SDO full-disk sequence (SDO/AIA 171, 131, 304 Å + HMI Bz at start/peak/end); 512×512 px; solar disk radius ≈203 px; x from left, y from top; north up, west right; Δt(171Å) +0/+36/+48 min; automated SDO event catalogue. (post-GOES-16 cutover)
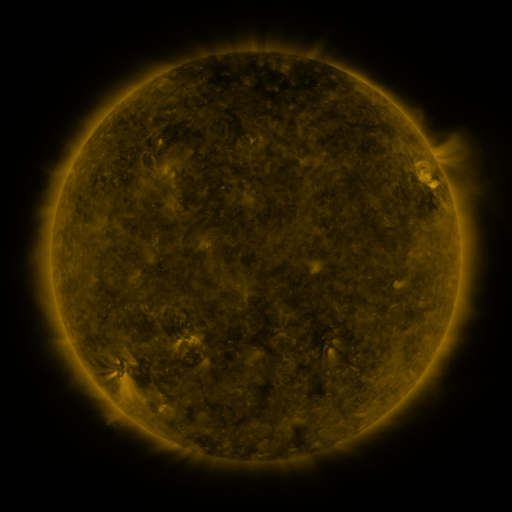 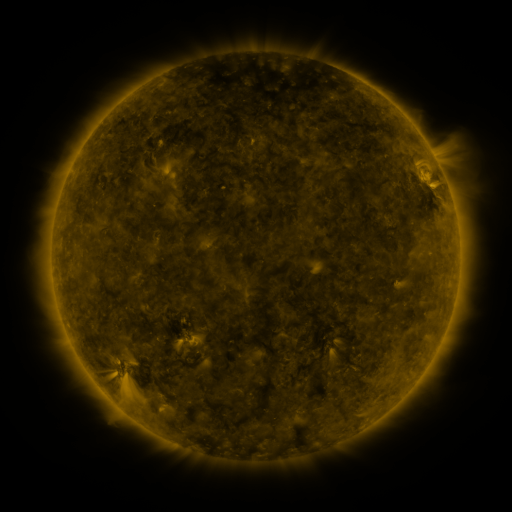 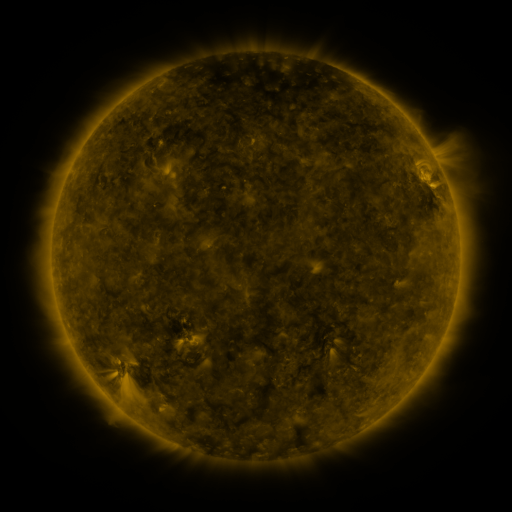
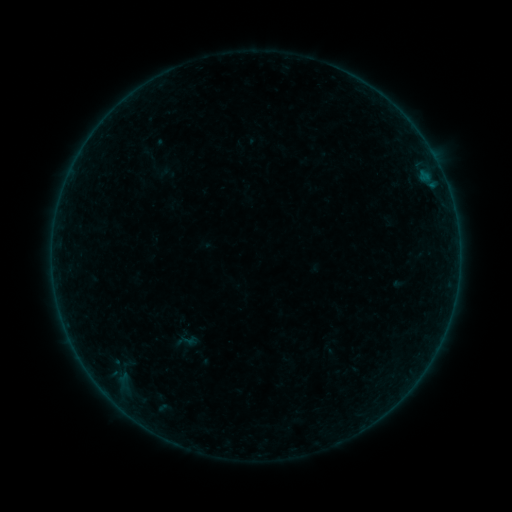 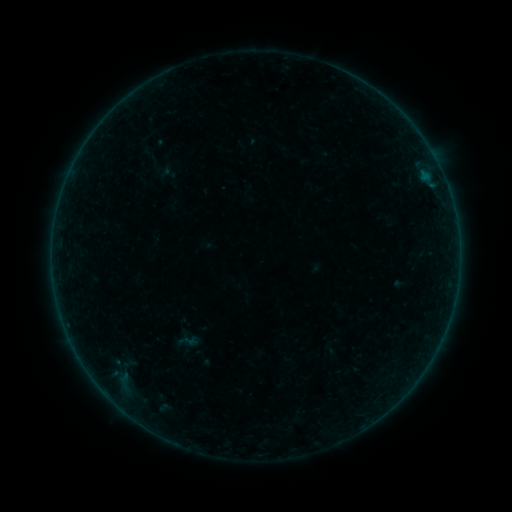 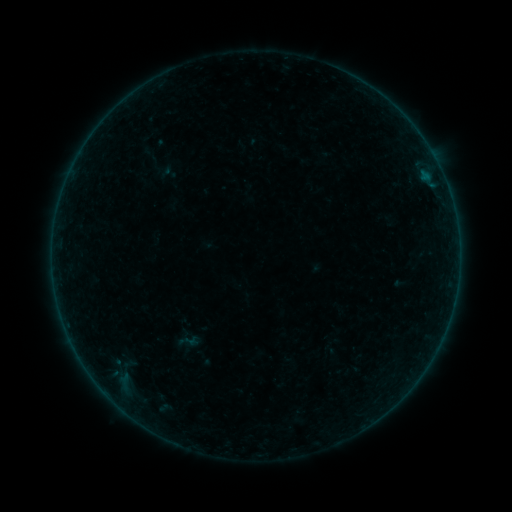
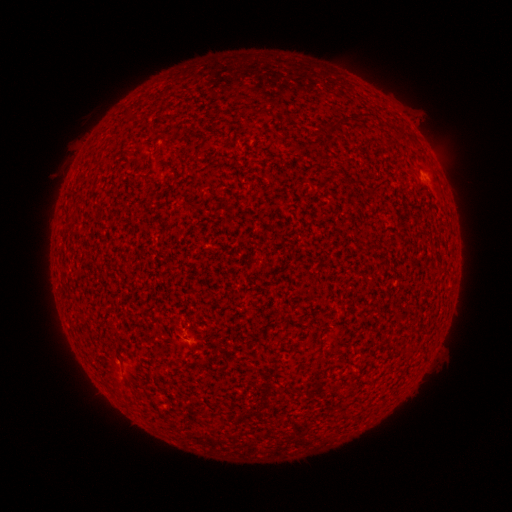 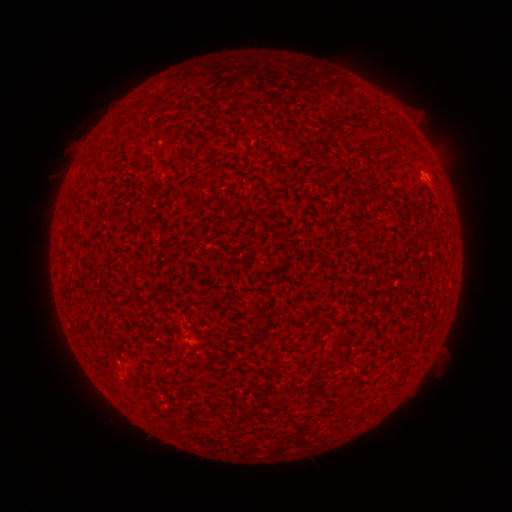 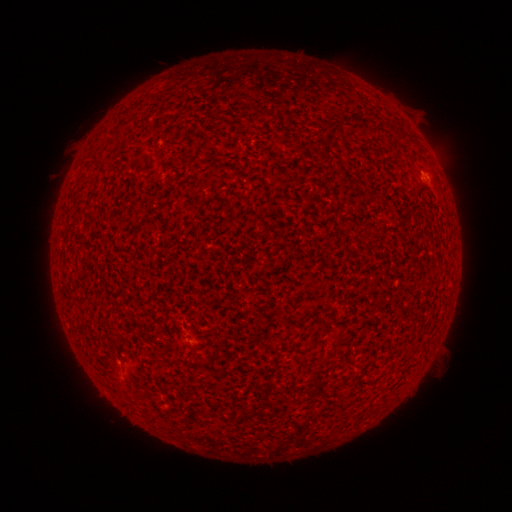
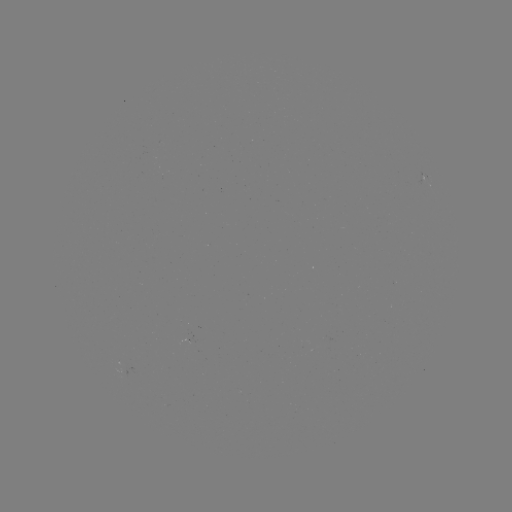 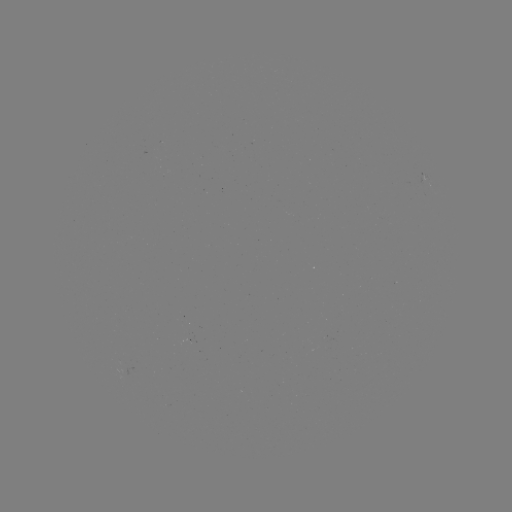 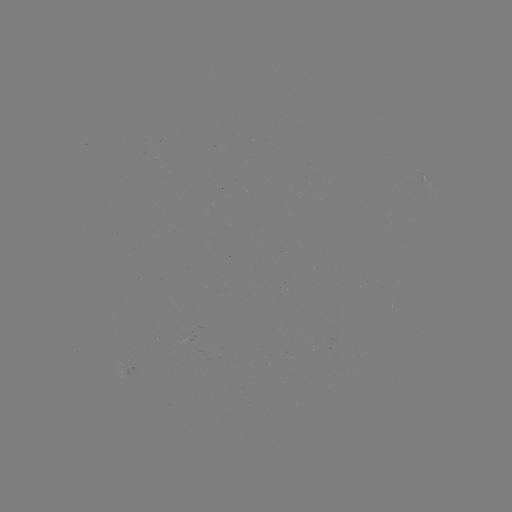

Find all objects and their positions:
A5.5 flare: (425, 178)
